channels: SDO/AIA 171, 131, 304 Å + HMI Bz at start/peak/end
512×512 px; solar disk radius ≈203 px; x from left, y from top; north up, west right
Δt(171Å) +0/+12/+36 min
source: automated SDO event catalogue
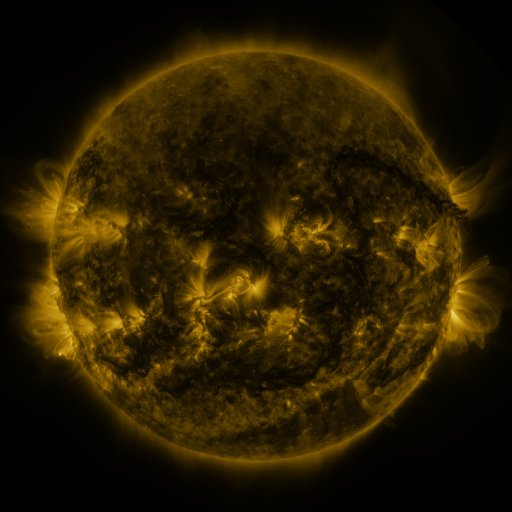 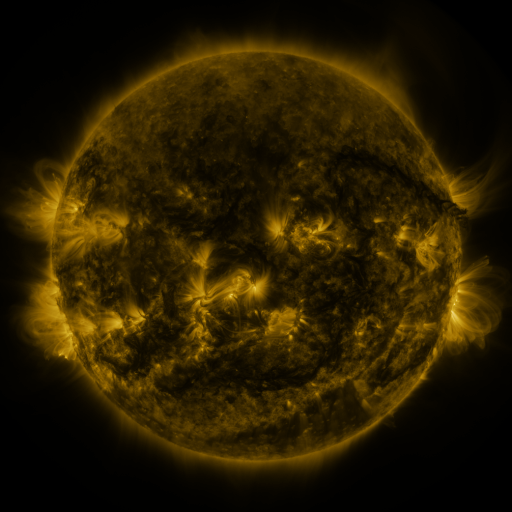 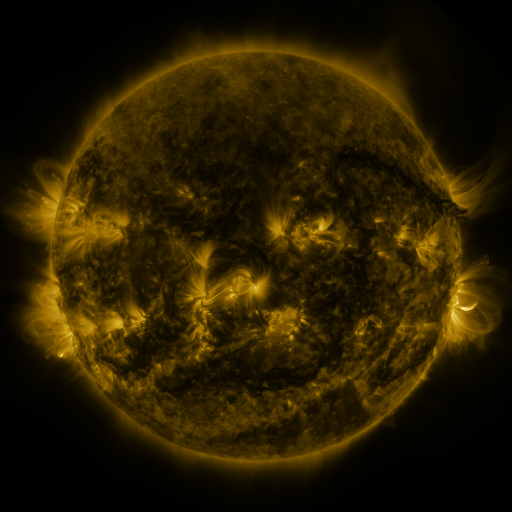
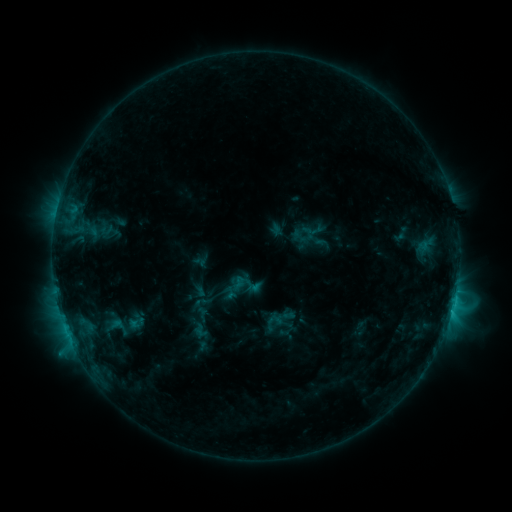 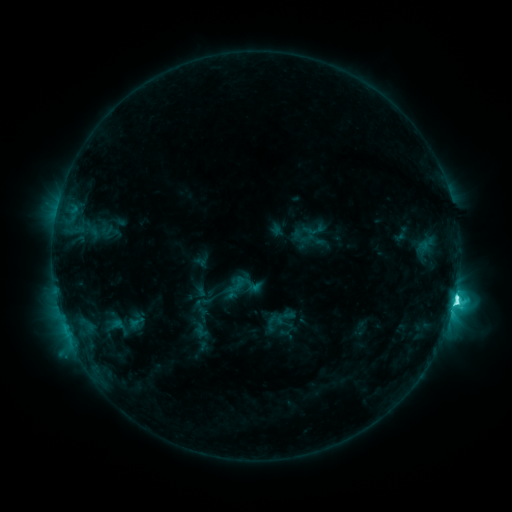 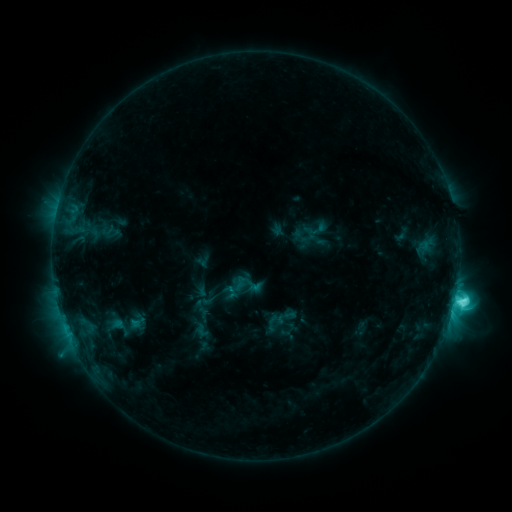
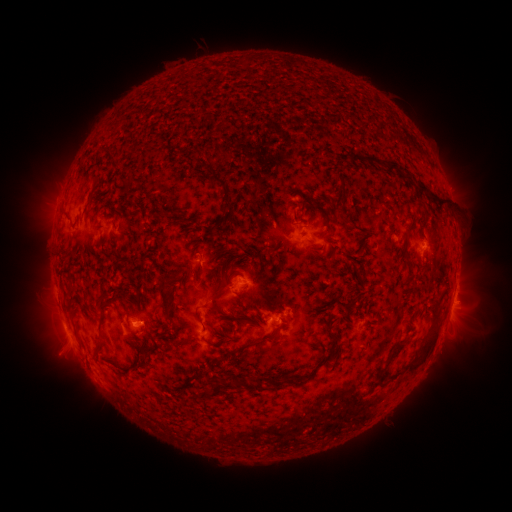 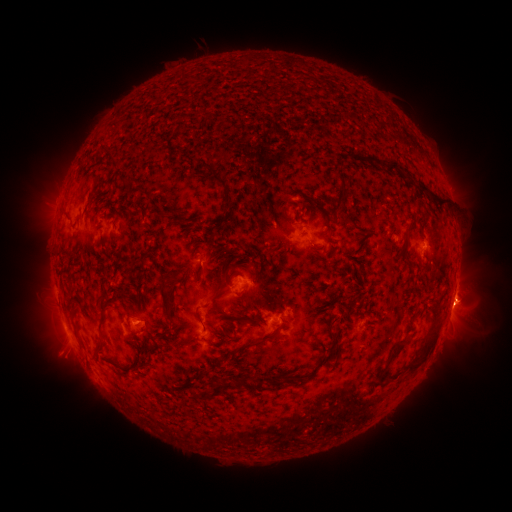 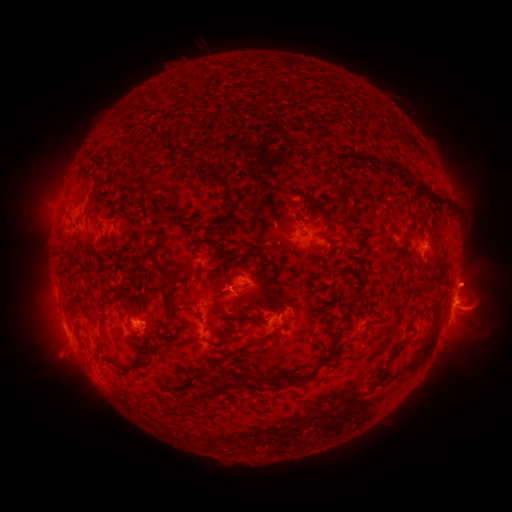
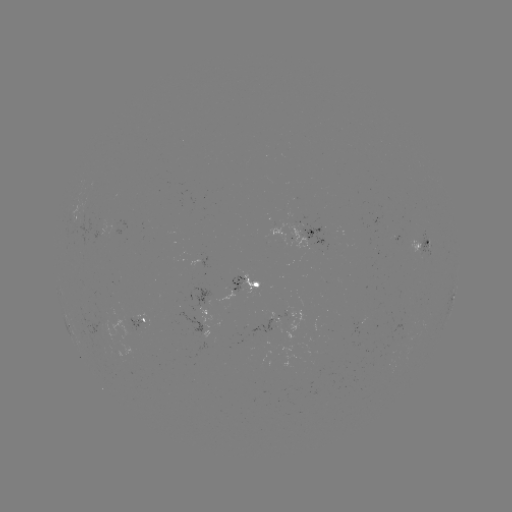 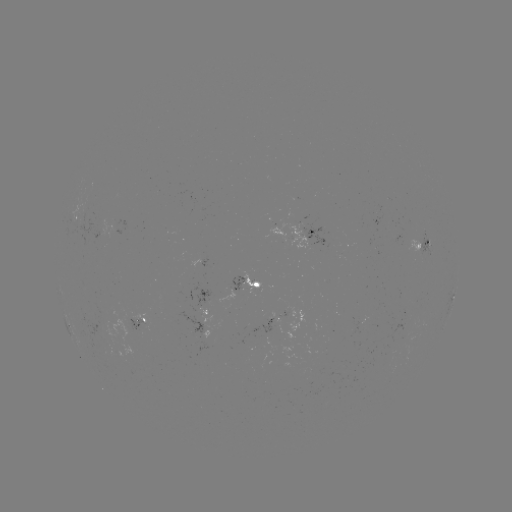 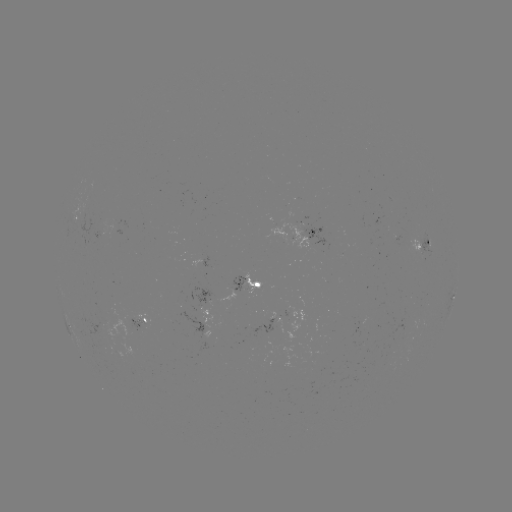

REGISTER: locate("C9.0 flare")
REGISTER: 454,298